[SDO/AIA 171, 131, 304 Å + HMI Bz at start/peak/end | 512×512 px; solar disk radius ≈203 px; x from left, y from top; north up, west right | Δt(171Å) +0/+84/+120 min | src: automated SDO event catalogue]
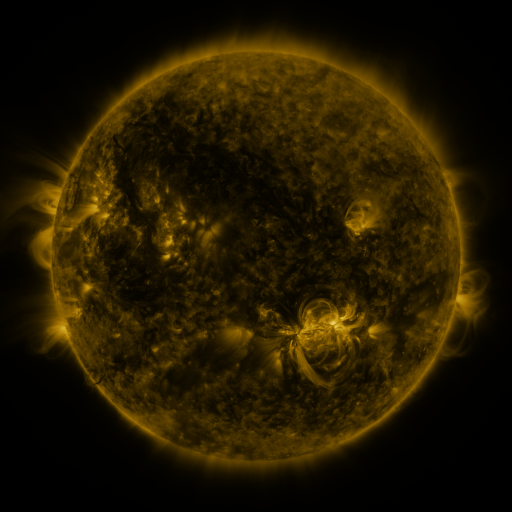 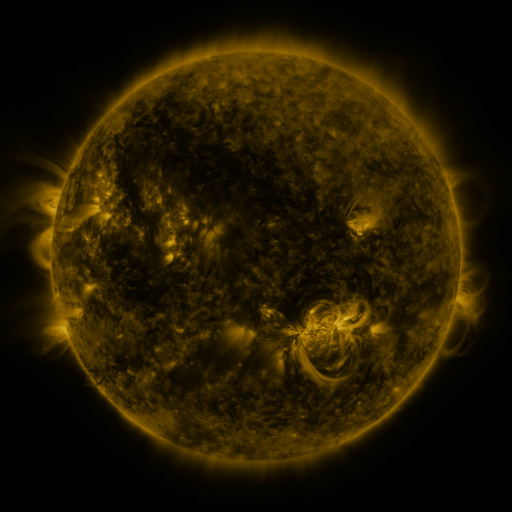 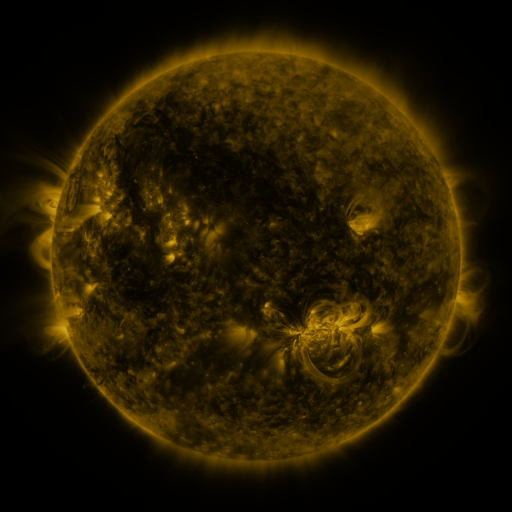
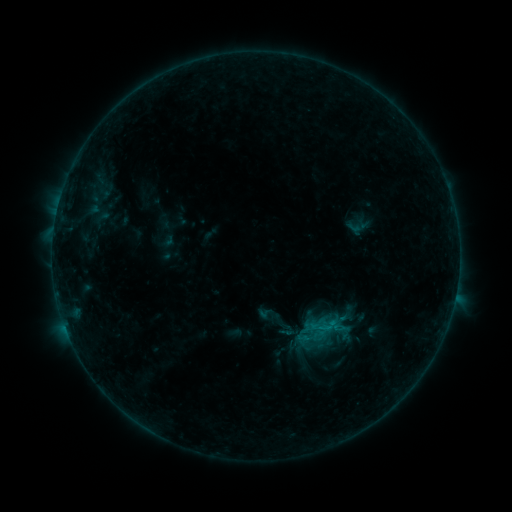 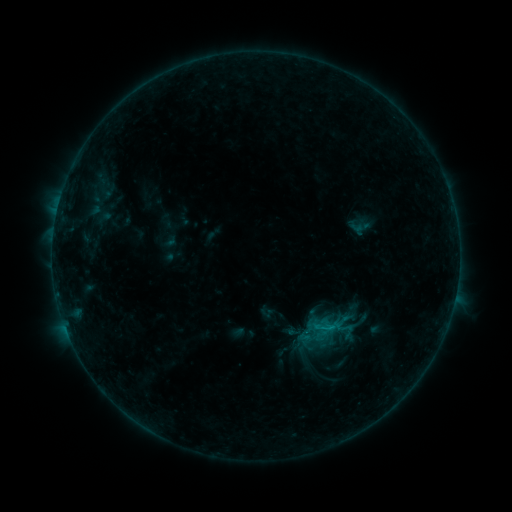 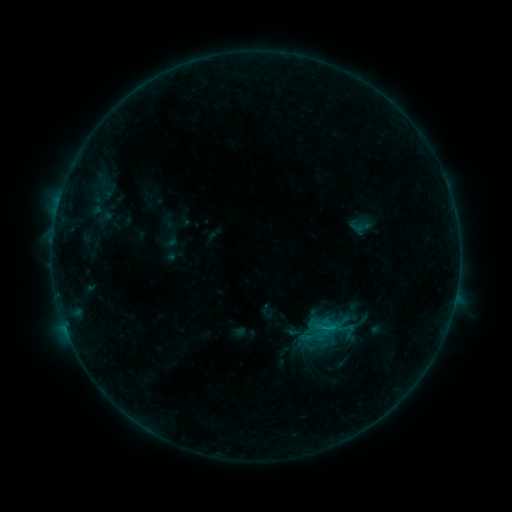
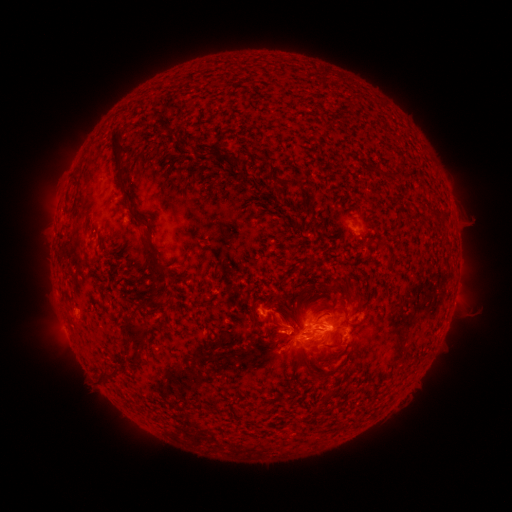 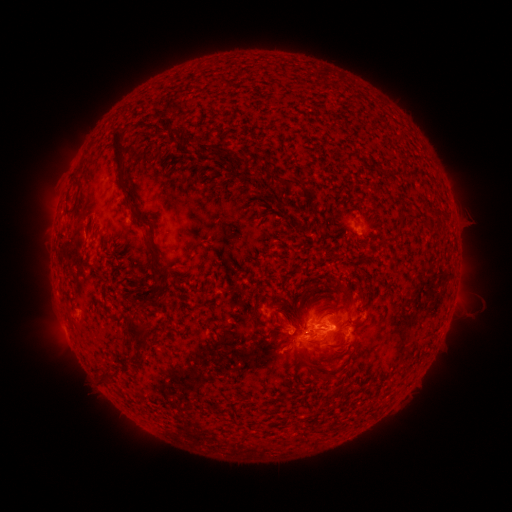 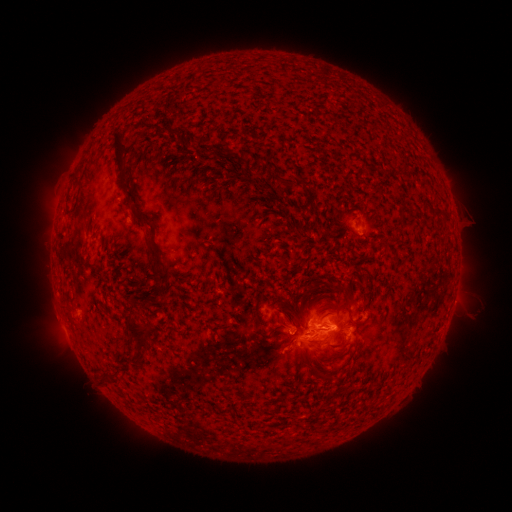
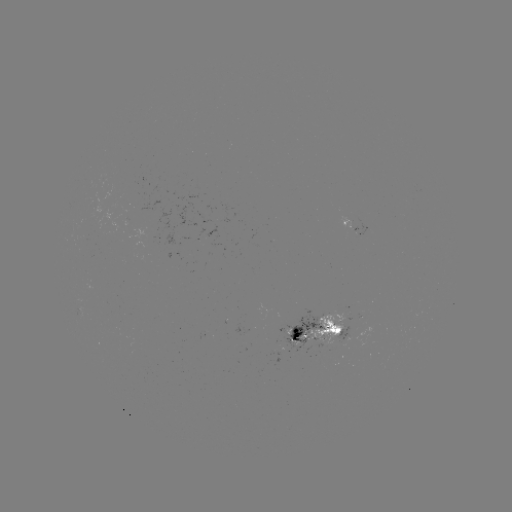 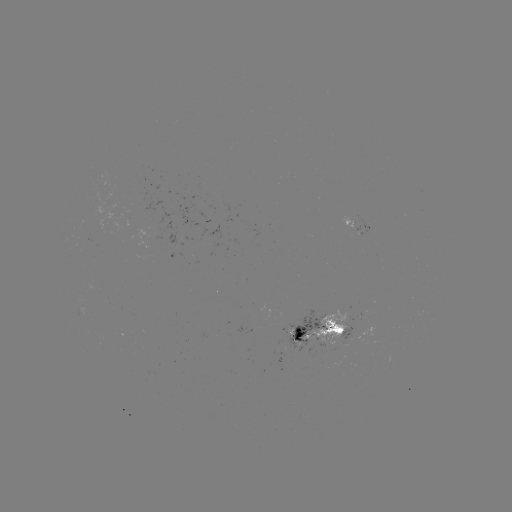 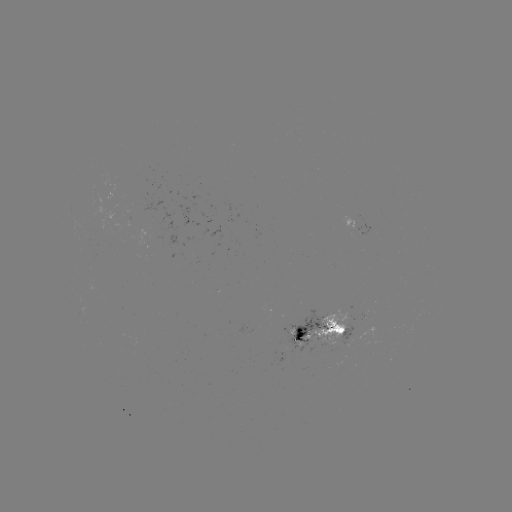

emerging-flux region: [331, 344, 350, 350]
